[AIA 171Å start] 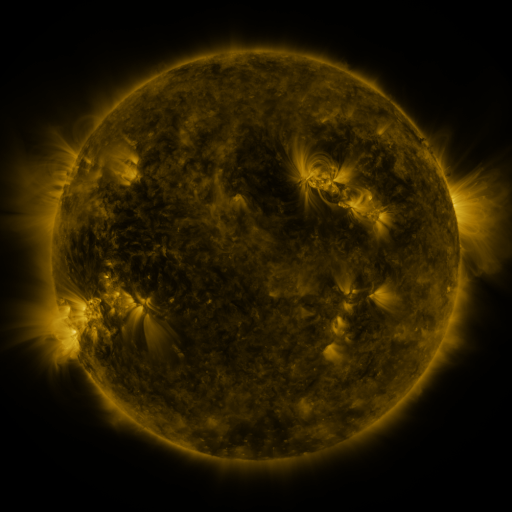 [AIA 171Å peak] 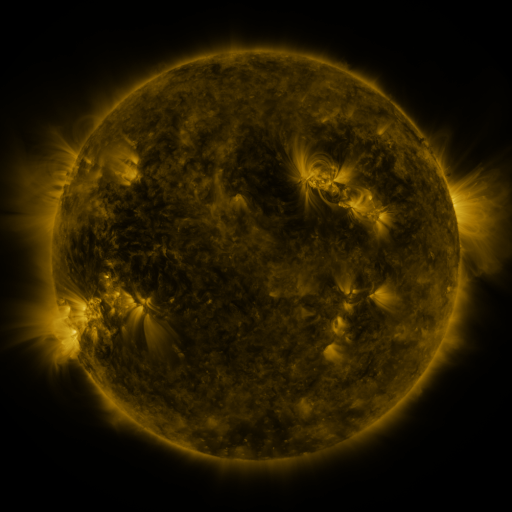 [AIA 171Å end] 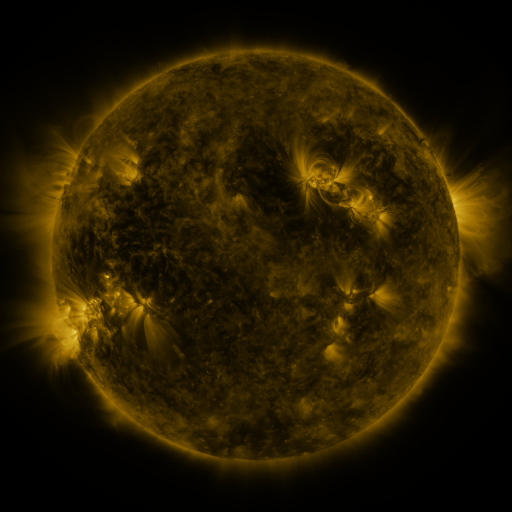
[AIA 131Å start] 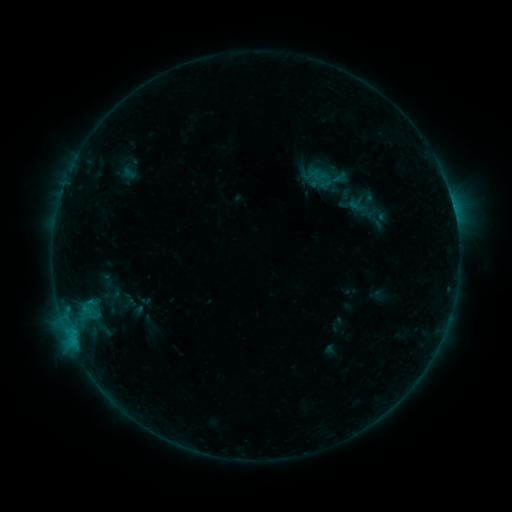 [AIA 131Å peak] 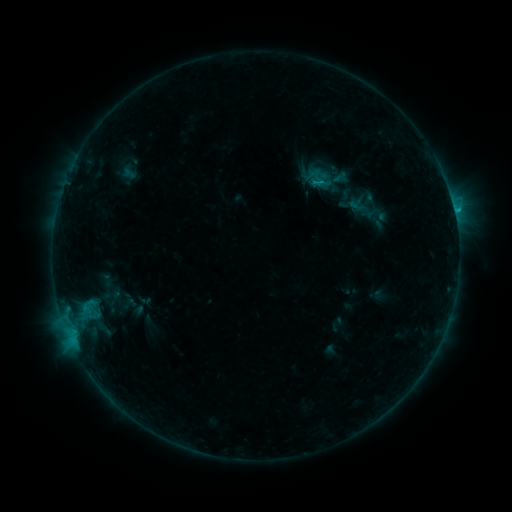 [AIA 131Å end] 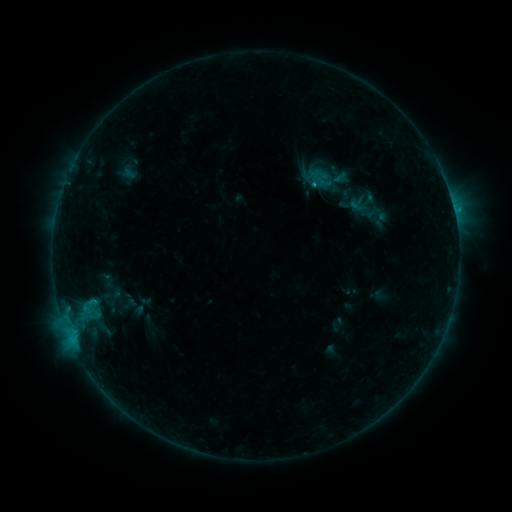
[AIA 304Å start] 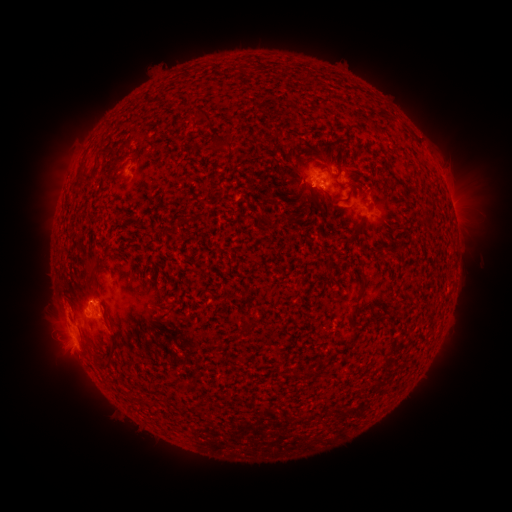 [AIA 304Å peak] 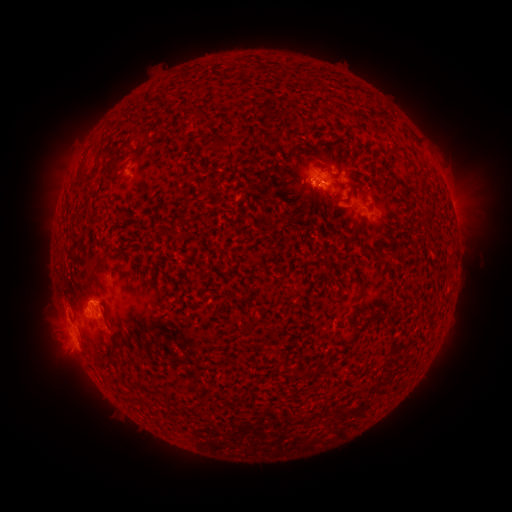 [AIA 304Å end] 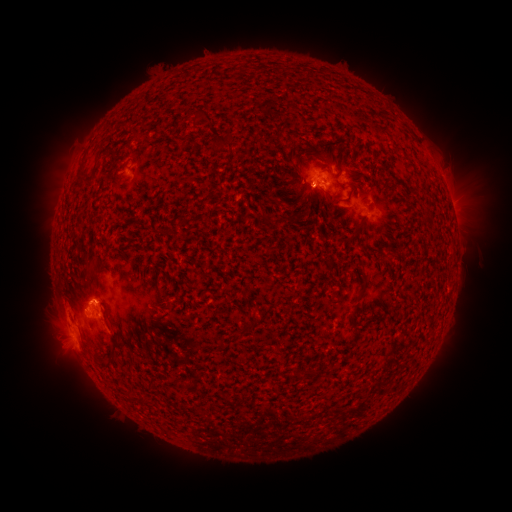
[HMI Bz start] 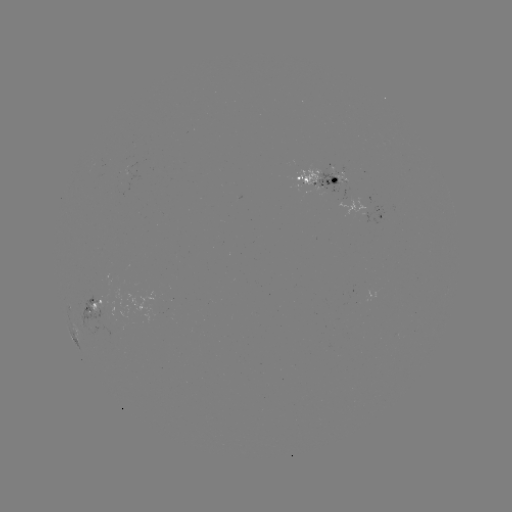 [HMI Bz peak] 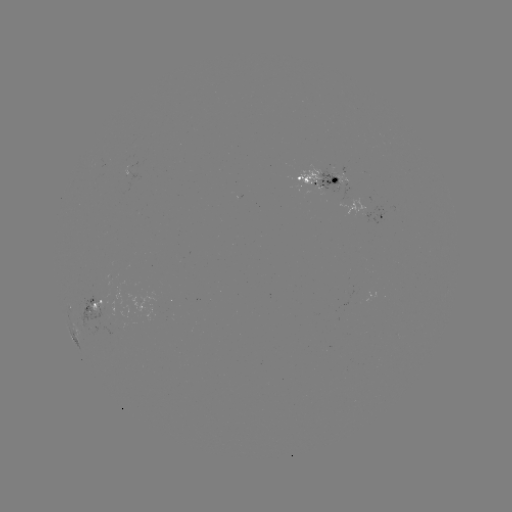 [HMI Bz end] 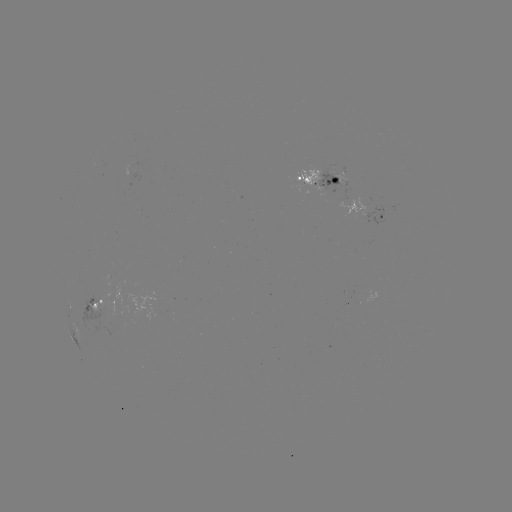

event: flare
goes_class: B8.9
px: (454, 213)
